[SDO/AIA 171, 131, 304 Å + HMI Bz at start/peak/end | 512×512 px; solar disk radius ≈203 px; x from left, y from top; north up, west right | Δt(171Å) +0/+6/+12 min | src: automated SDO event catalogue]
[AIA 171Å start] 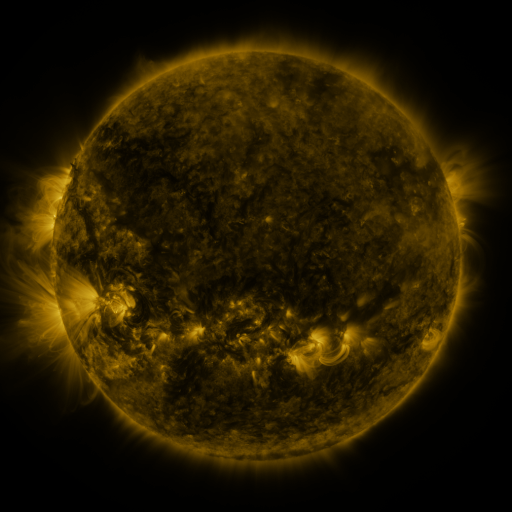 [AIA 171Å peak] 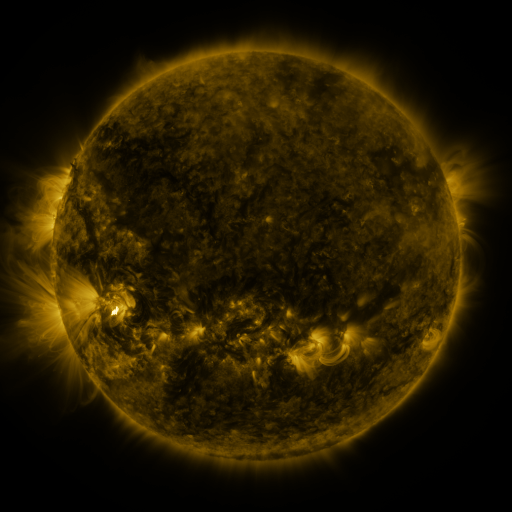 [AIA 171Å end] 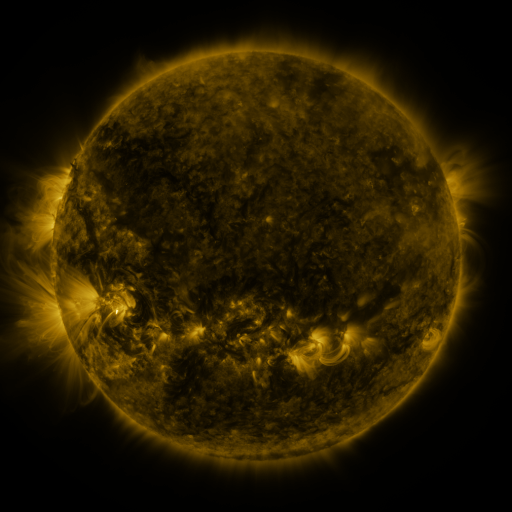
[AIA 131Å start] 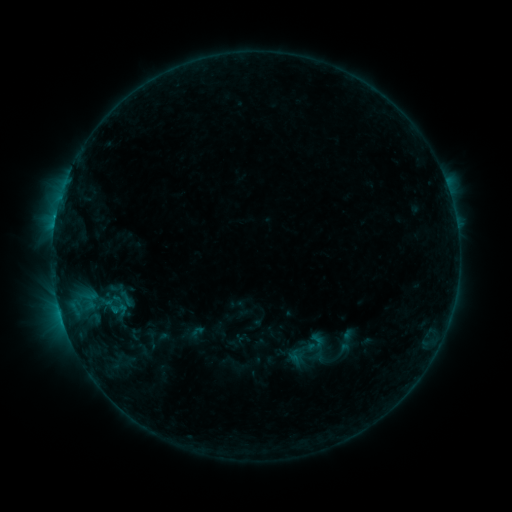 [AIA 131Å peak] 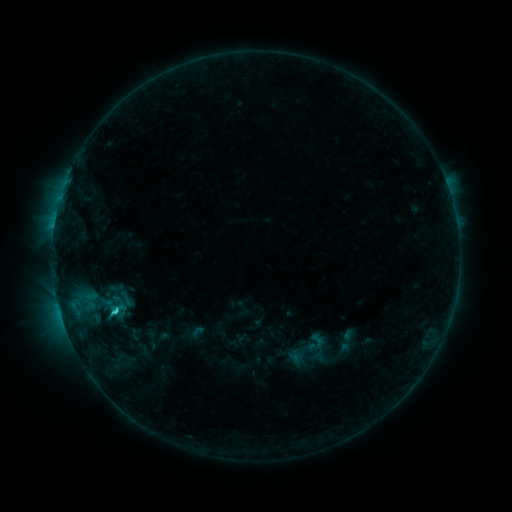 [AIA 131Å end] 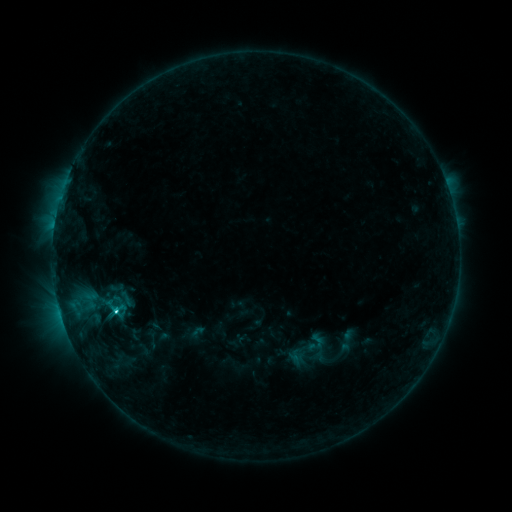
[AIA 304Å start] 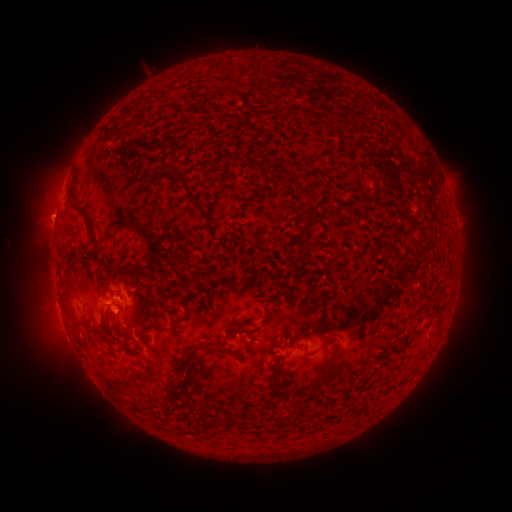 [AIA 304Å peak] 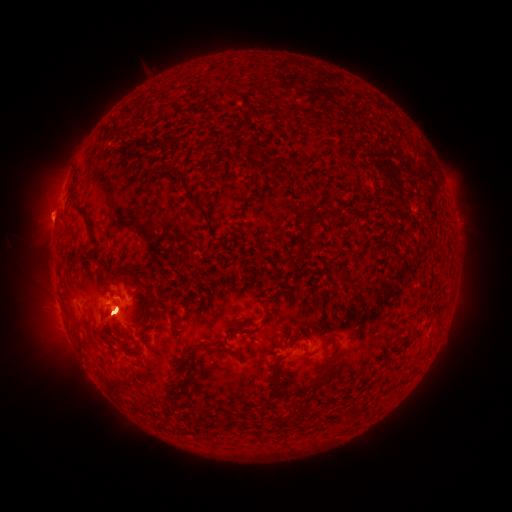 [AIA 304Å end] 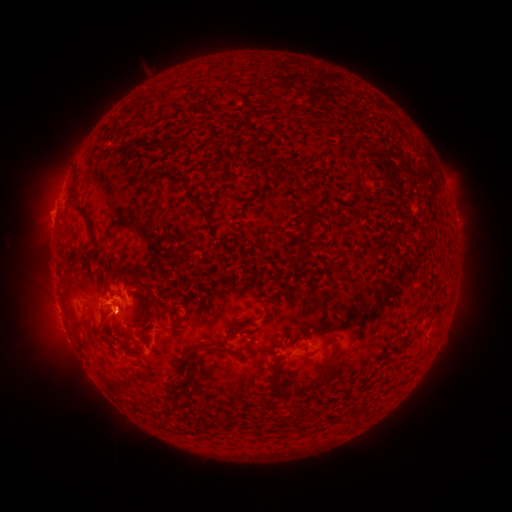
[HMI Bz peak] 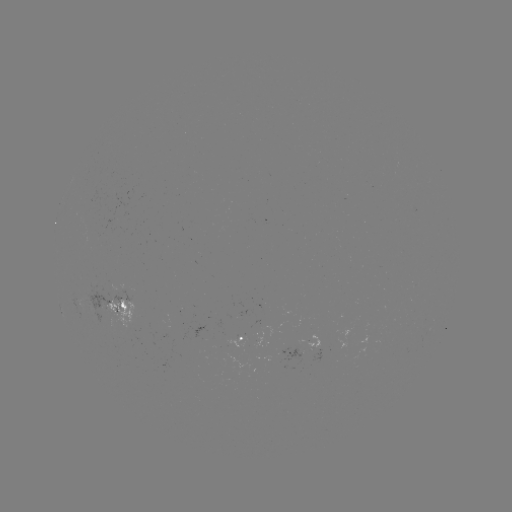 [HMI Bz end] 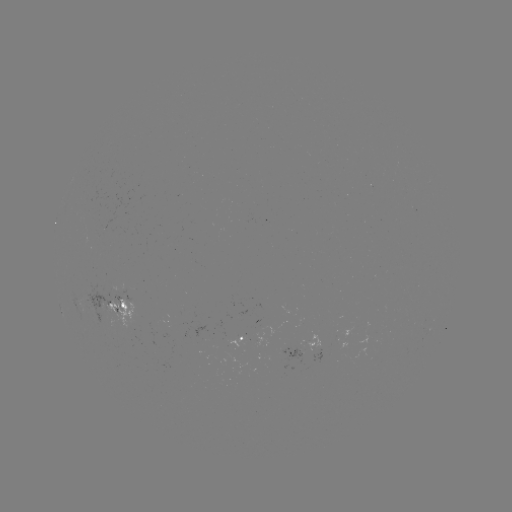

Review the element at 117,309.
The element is C3.4 flare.